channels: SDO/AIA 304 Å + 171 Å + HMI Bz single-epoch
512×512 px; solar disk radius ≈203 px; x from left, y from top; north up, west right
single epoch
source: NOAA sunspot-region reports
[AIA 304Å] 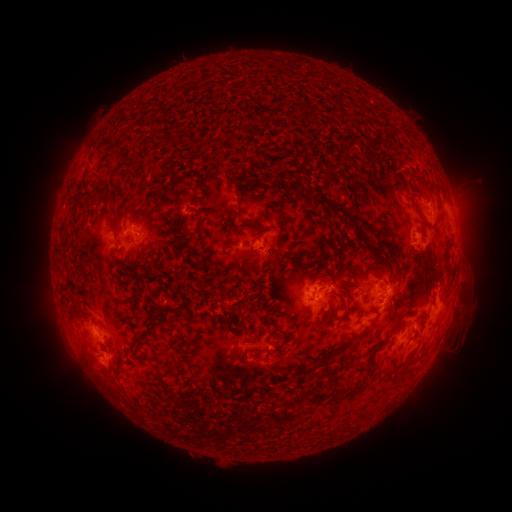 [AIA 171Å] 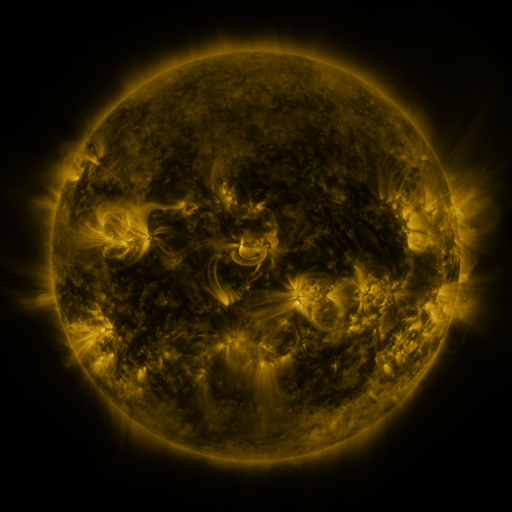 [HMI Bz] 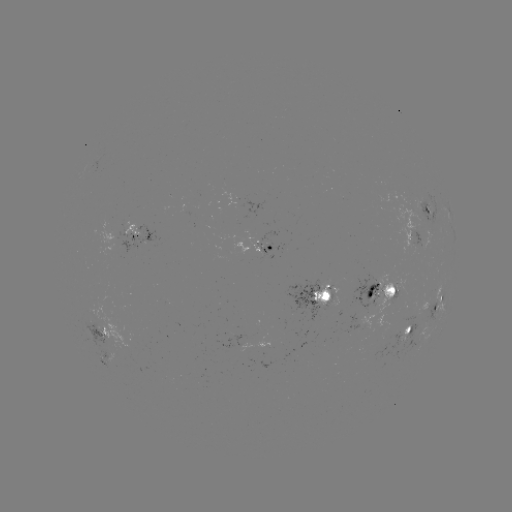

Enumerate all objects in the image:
spotted active region: (430, 212)
spotted active region: (140, 235)
spotted active region: (417, 235)
spotted active region: (263, 248)
spotted active region: (383, 291)
spotted active region: (315, 297)
spotted active region: (439, 303)
spotted active region: (105, 333)
spotted active region: (408, 333)
